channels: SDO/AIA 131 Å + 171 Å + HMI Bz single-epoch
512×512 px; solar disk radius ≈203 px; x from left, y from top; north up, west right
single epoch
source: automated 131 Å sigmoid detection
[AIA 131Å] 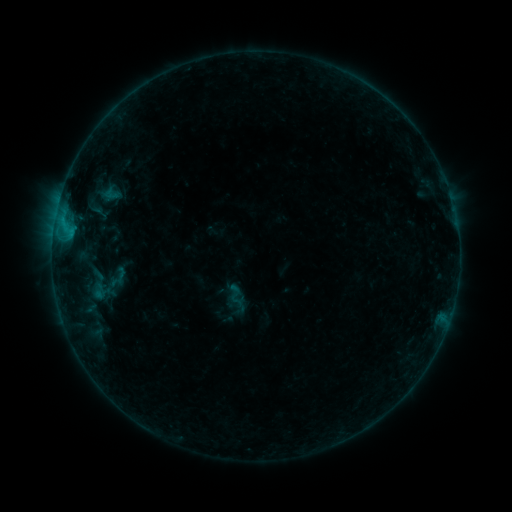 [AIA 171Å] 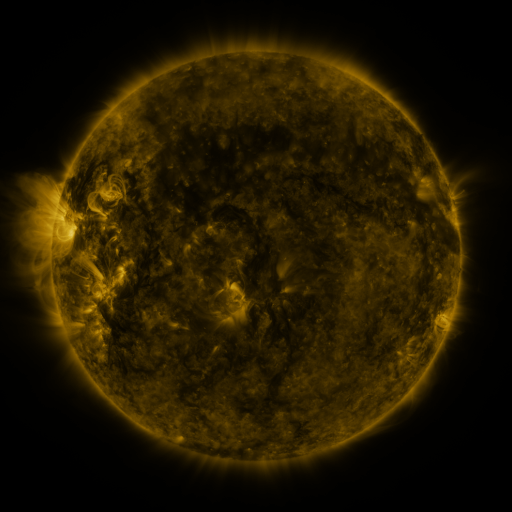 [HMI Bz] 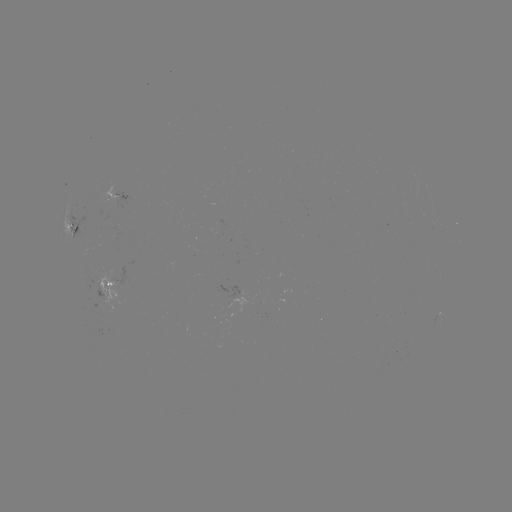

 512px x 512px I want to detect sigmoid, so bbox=[224, 284, 246, 306].